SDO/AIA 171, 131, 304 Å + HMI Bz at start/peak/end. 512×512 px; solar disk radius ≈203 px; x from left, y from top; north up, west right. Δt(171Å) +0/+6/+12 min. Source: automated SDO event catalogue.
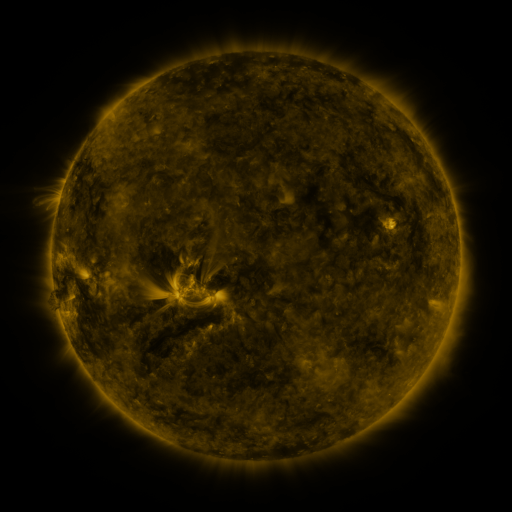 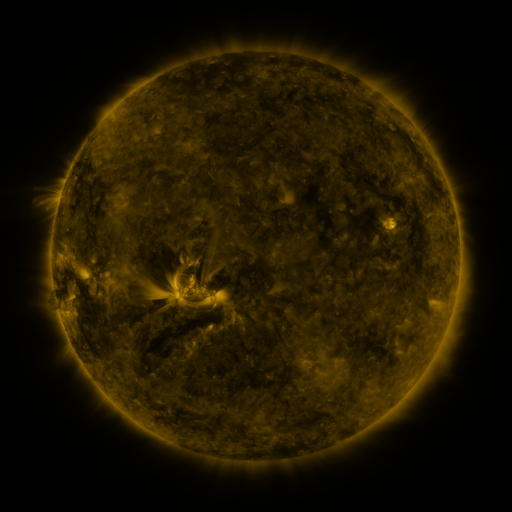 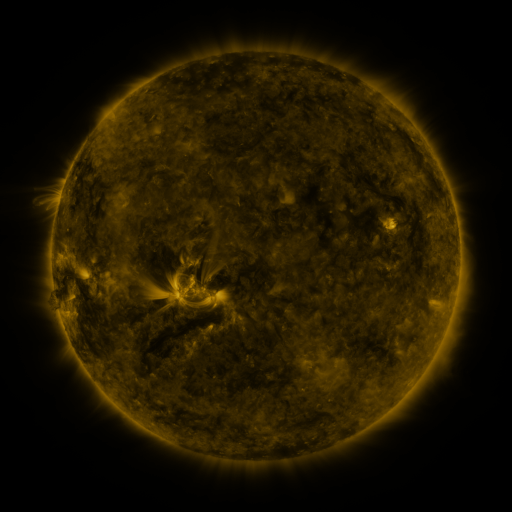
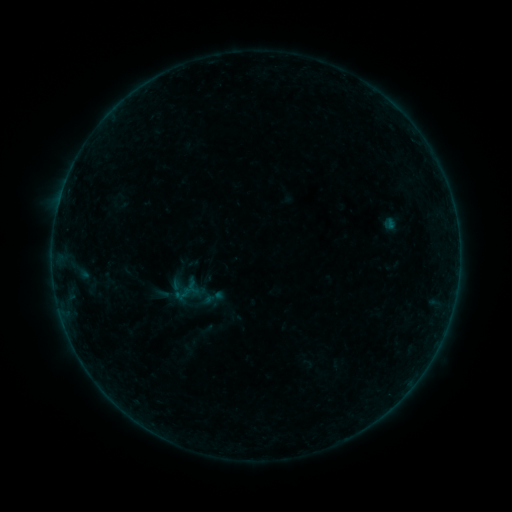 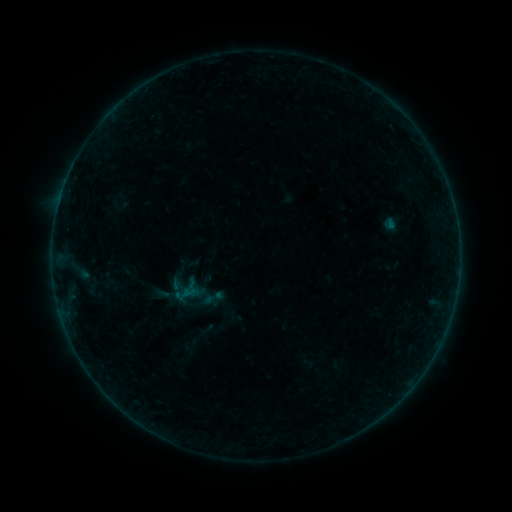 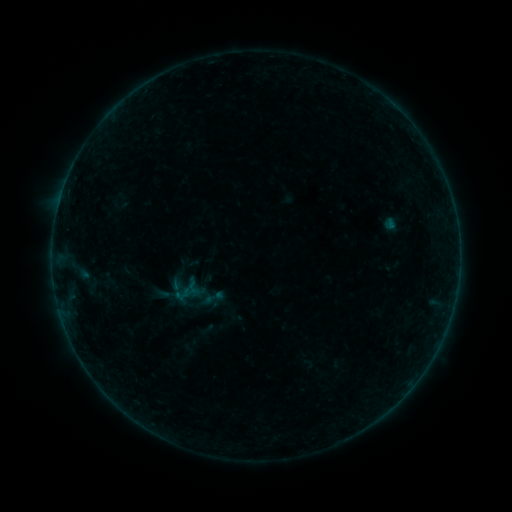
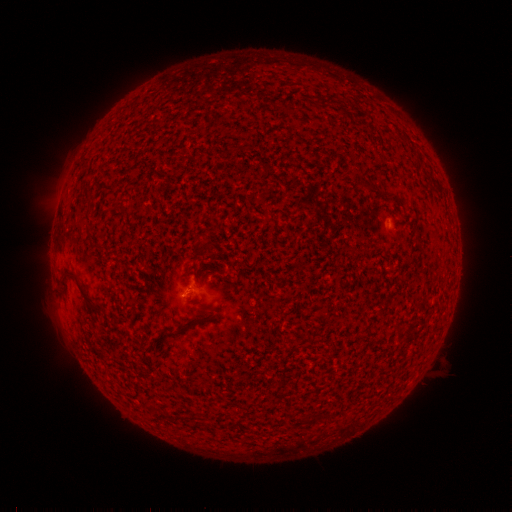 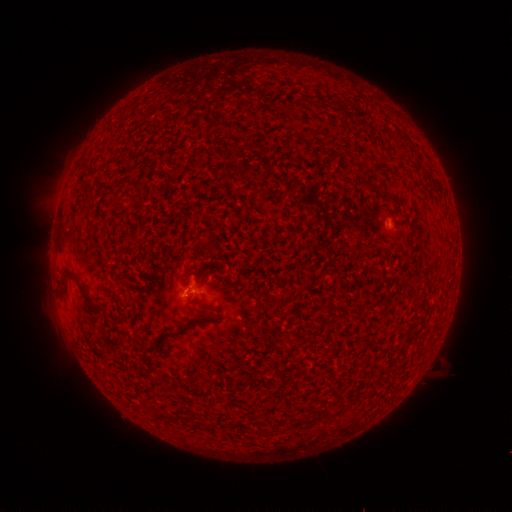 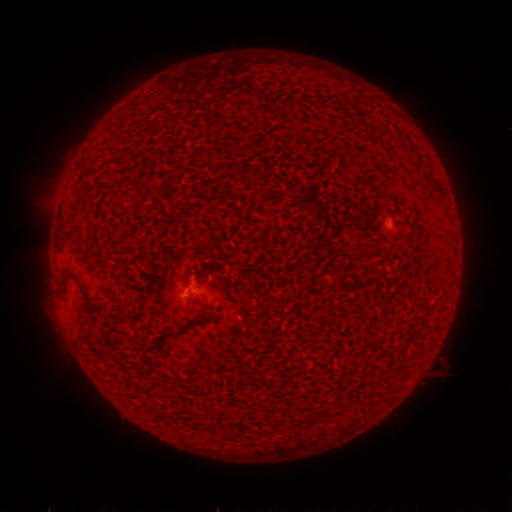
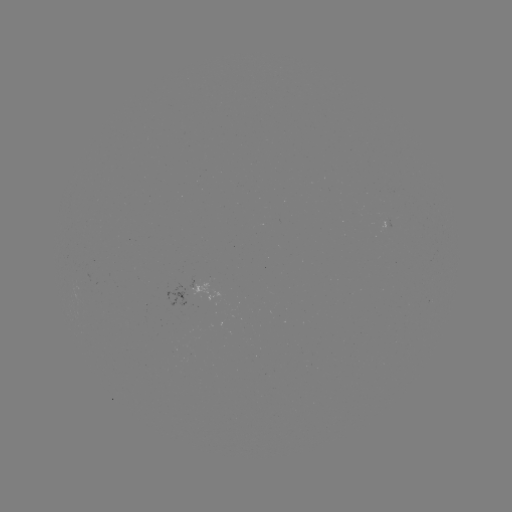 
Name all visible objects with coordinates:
B1.1 flare: (190, 292)
